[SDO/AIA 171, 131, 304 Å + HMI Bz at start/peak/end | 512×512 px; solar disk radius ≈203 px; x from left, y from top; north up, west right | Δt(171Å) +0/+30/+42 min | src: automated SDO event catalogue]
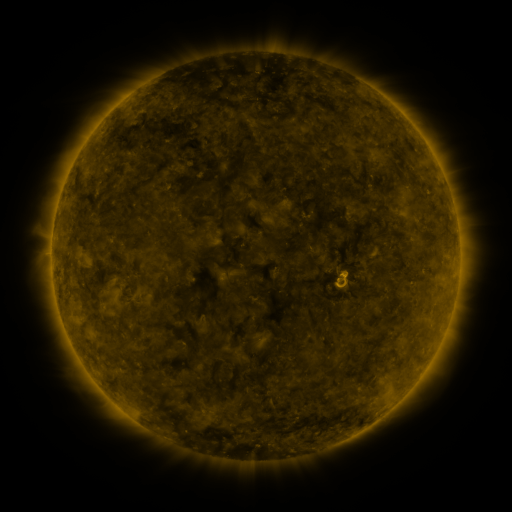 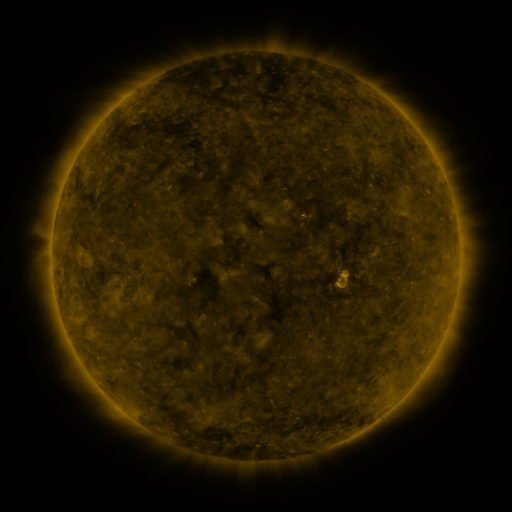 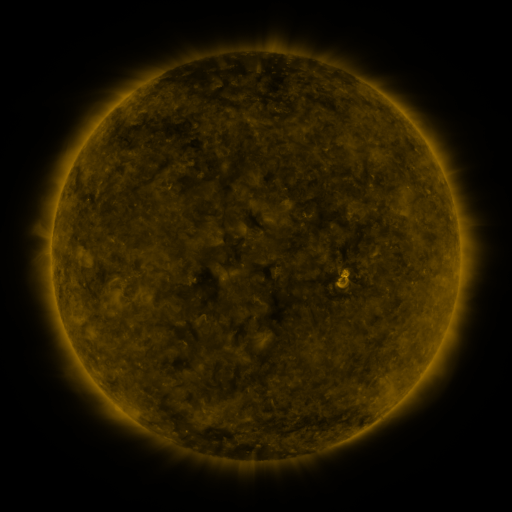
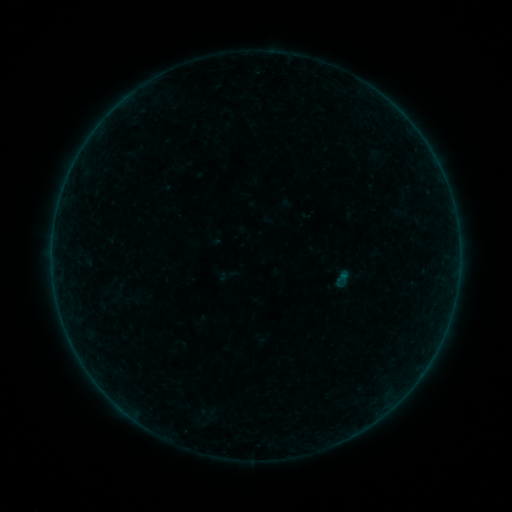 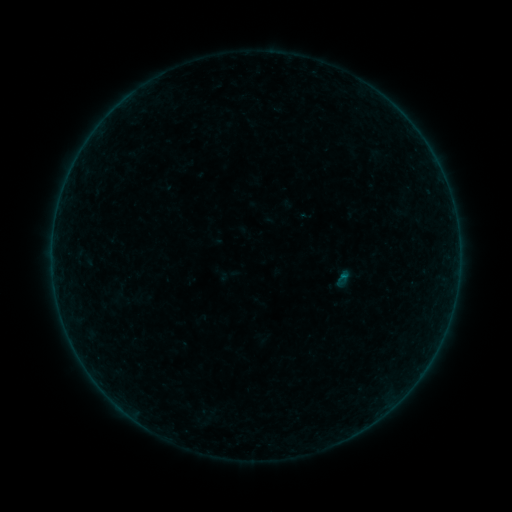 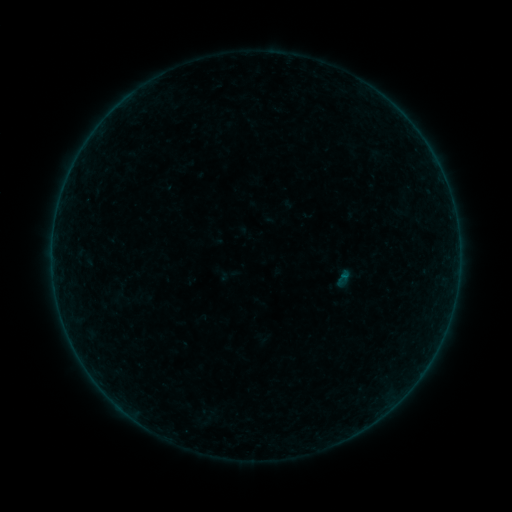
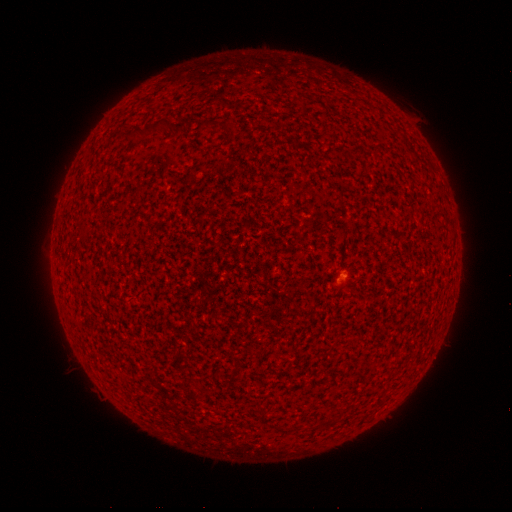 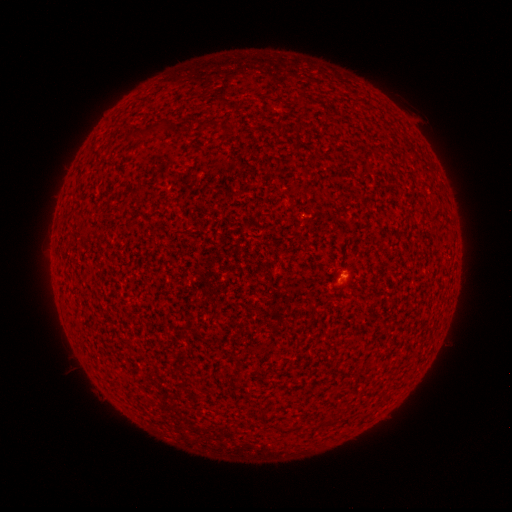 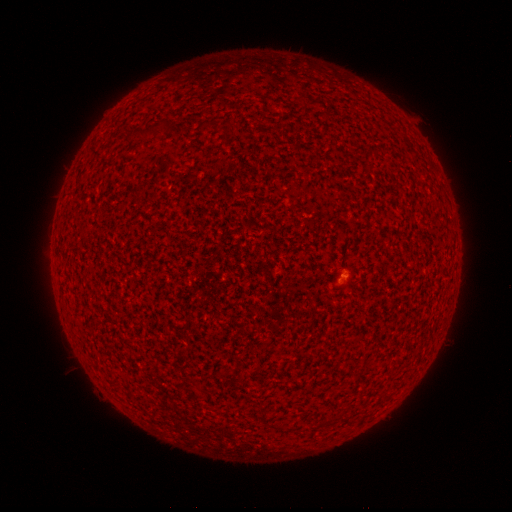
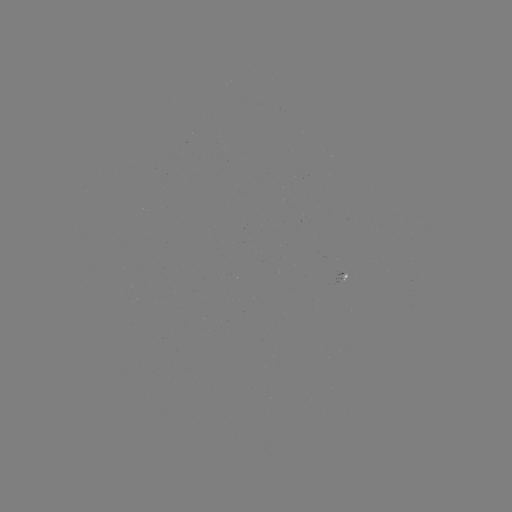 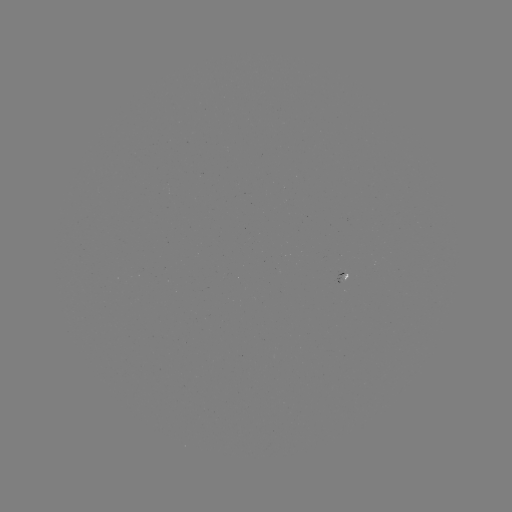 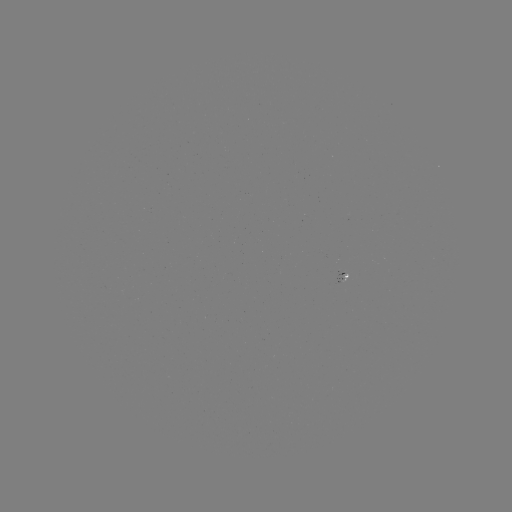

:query A5.8 flare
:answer [341, 275]